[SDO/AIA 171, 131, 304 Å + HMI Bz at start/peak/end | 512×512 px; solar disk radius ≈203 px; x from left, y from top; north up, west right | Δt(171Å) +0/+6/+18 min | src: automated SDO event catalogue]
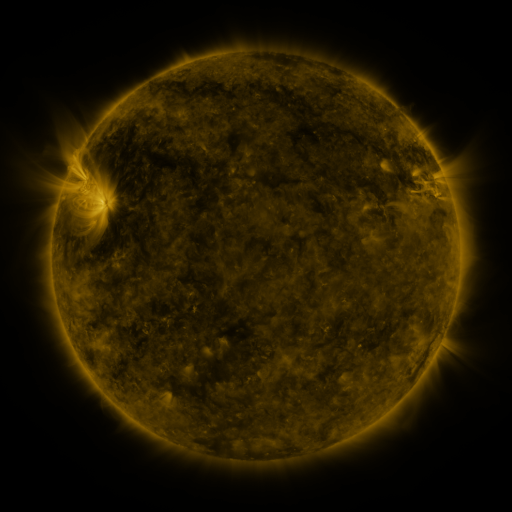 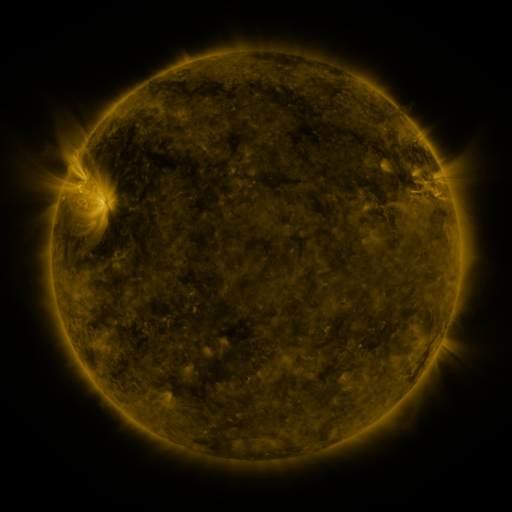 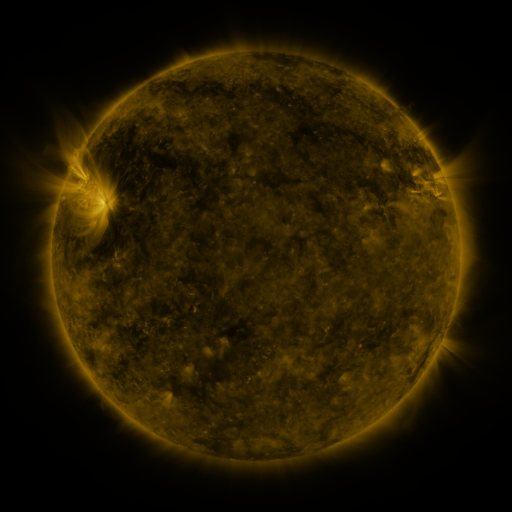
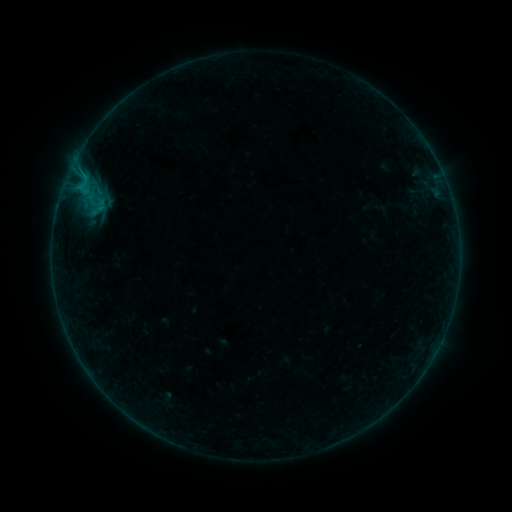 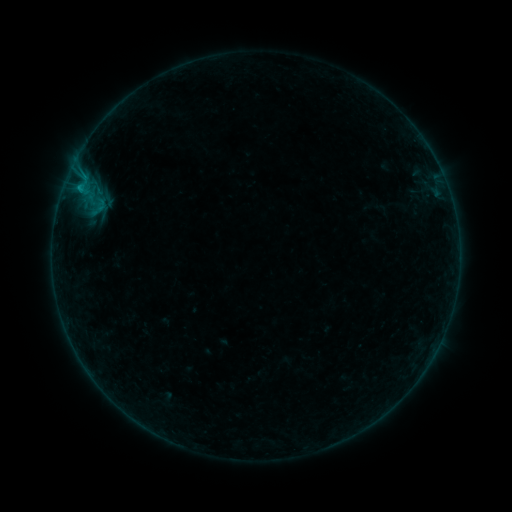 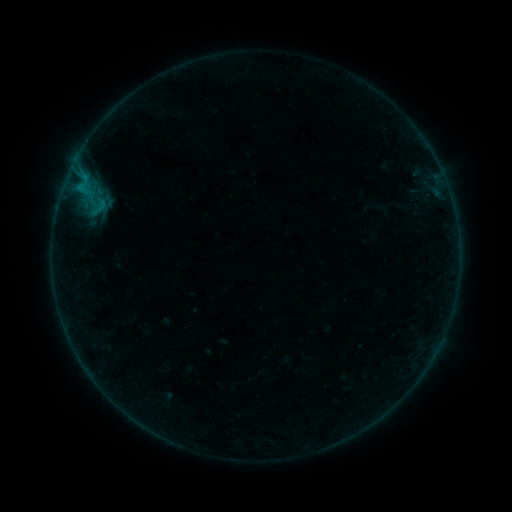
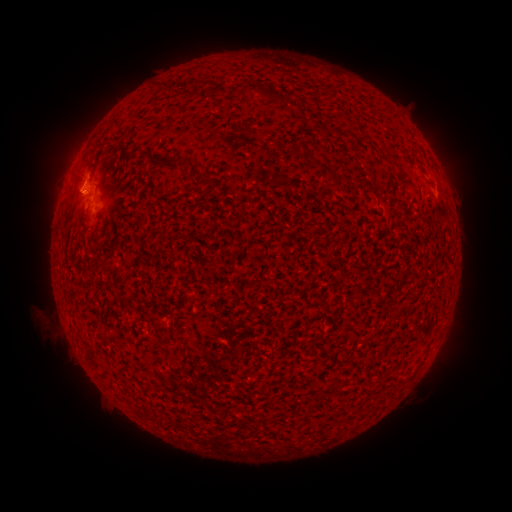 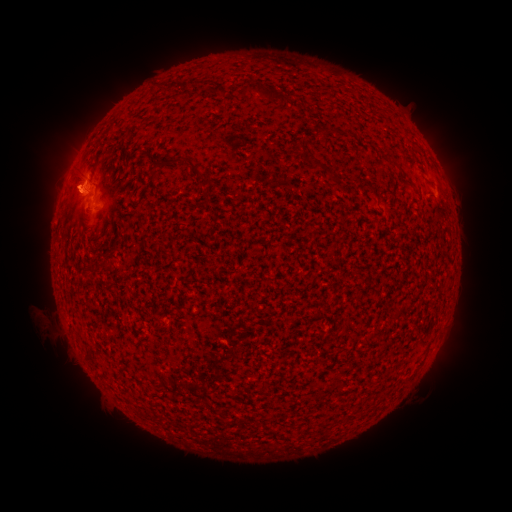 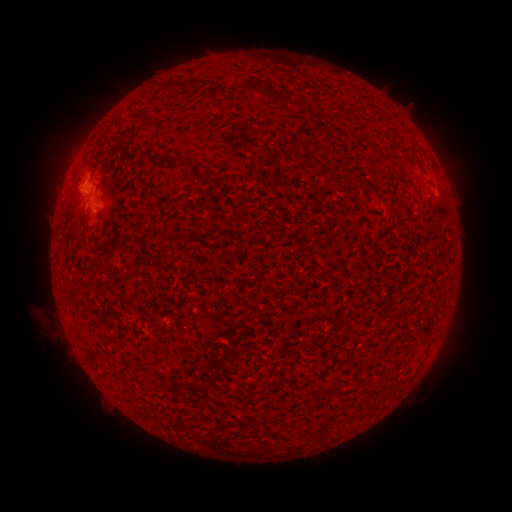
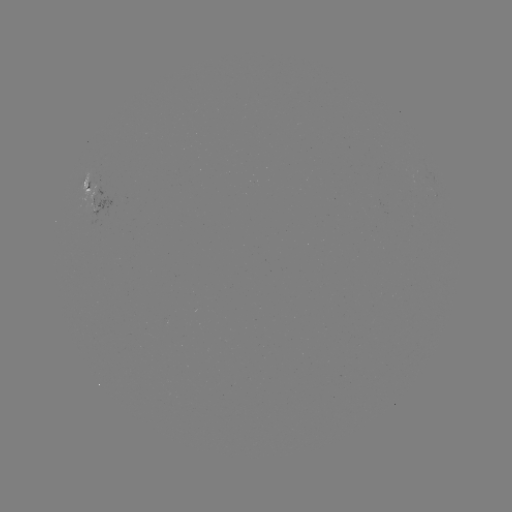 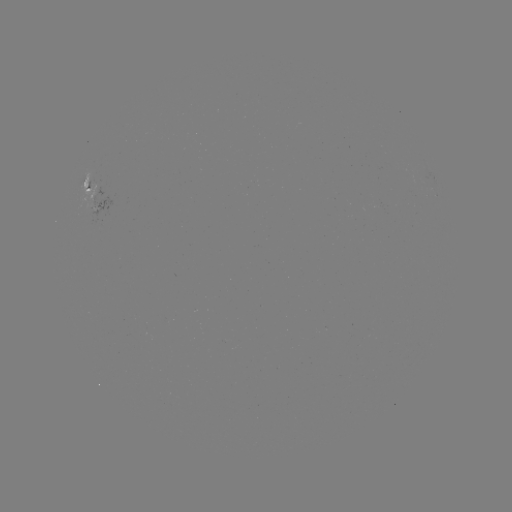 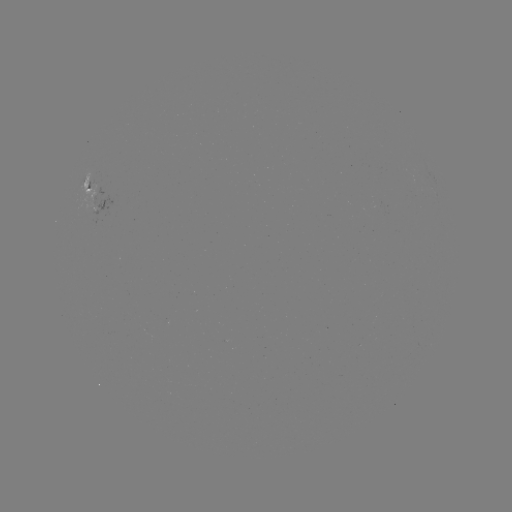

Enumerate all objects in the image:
B3.0 flare: (79, 188)
